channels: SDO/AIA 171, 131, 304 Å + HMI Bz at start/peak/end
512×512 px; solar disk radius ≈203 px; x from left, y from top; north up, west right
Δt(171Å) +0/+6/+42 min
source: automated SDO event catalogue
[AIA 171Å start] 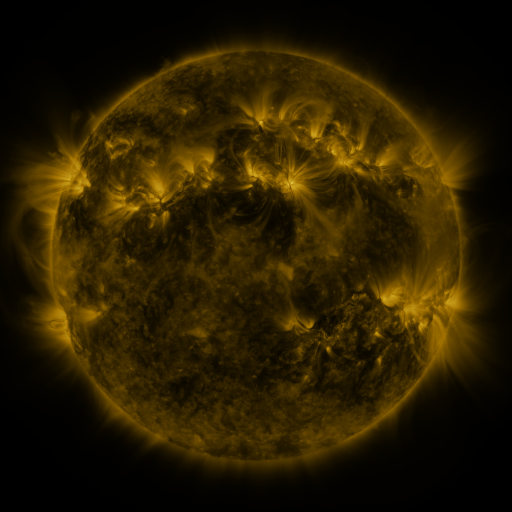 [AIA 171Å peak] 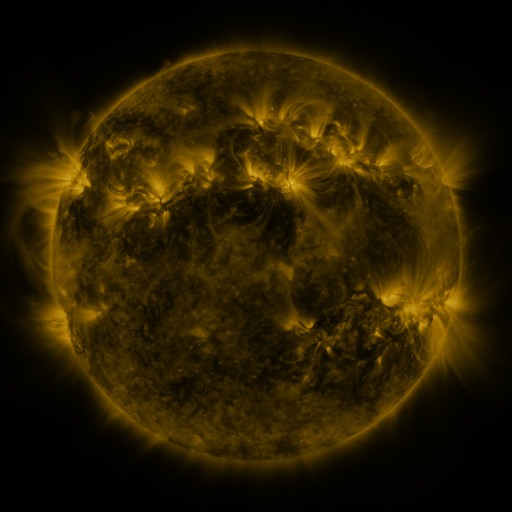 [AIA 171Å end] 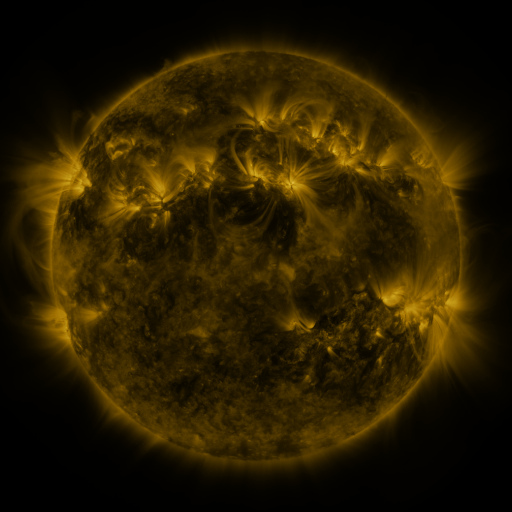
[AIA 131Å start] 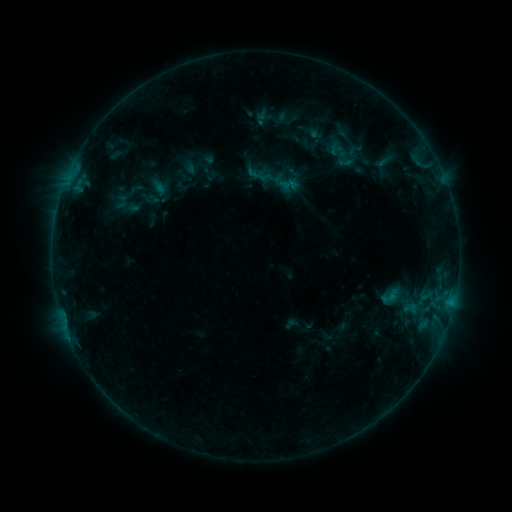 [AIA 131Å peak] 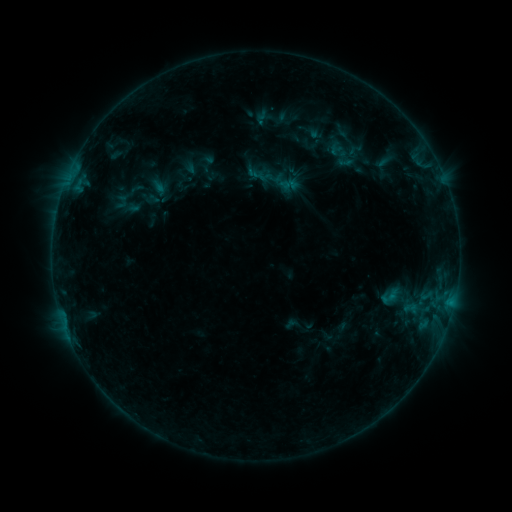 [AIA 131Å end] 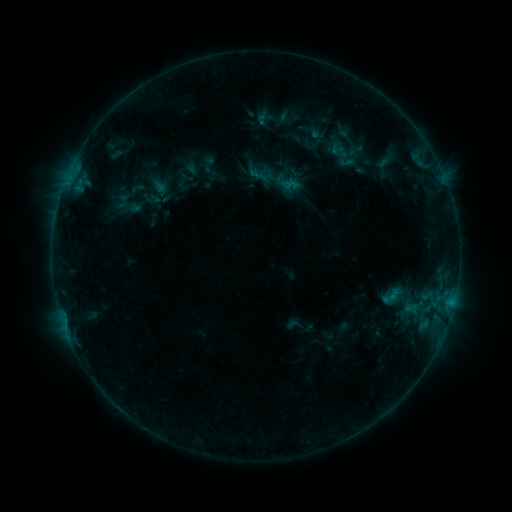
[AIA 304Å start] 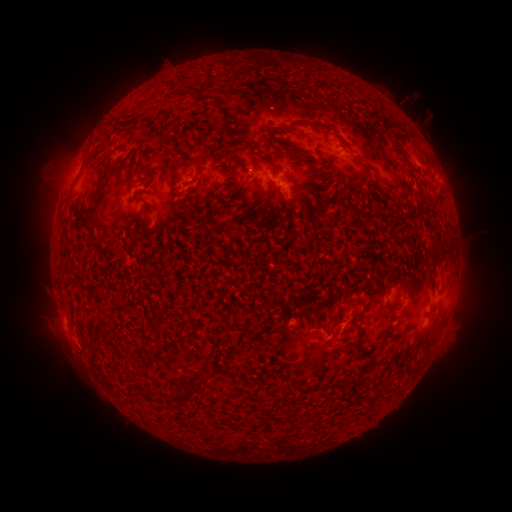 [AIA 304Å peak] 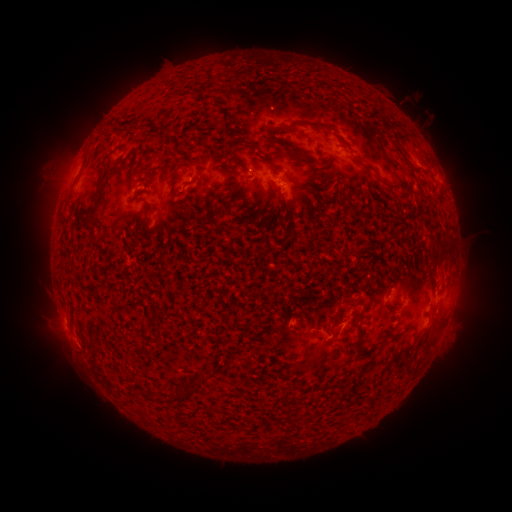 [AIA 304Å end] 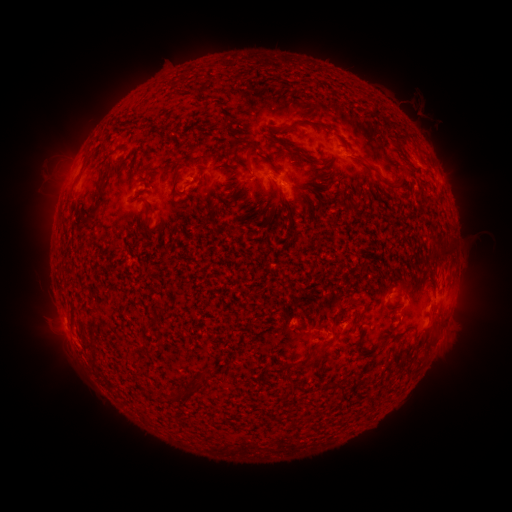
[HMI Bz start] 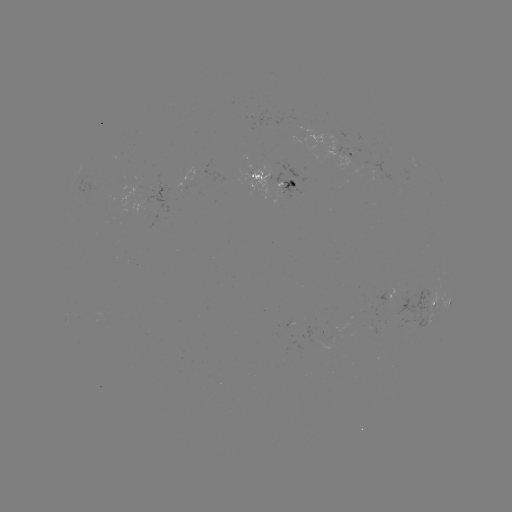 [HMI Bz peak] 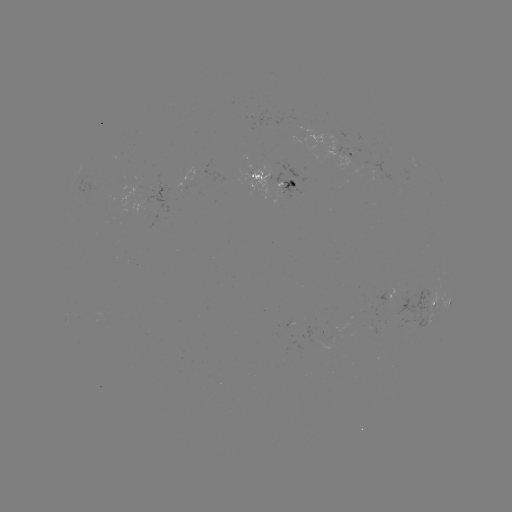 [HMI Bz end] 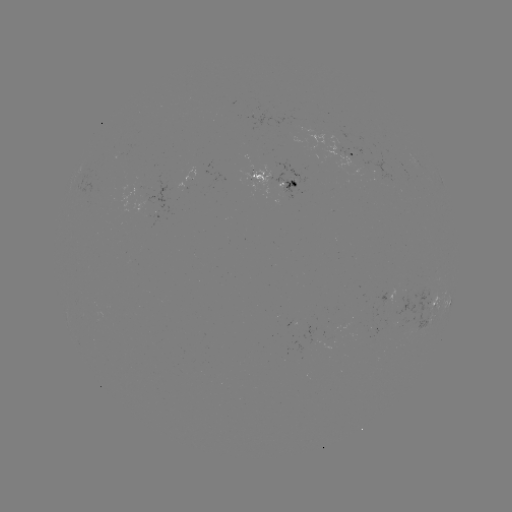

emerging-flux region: (140, 196, 153, 205)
